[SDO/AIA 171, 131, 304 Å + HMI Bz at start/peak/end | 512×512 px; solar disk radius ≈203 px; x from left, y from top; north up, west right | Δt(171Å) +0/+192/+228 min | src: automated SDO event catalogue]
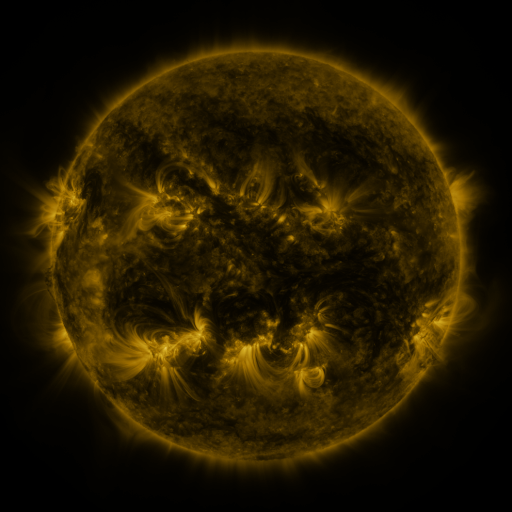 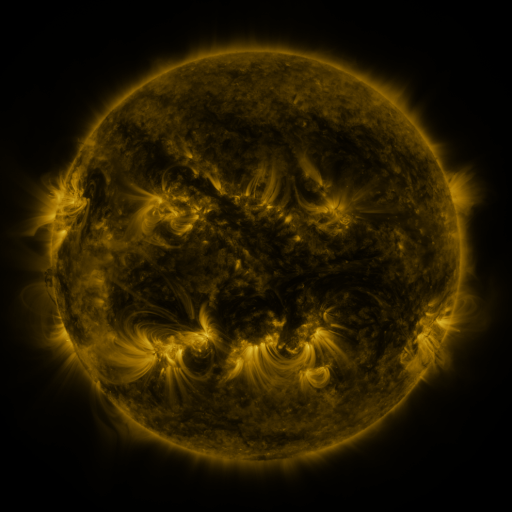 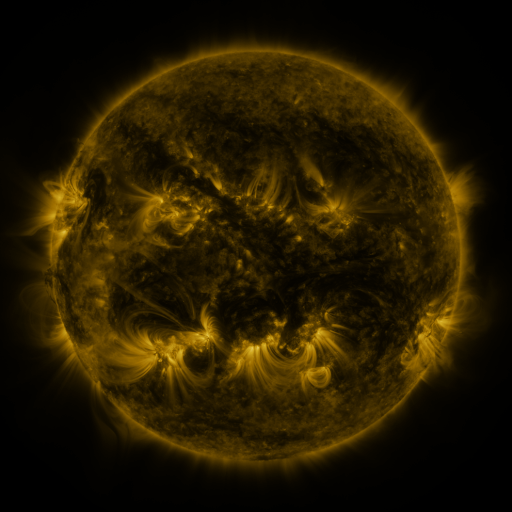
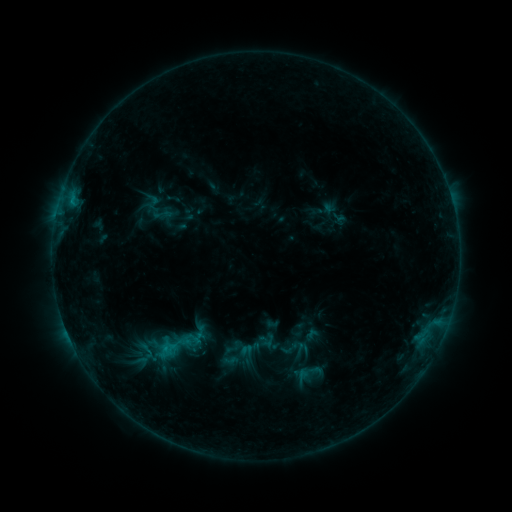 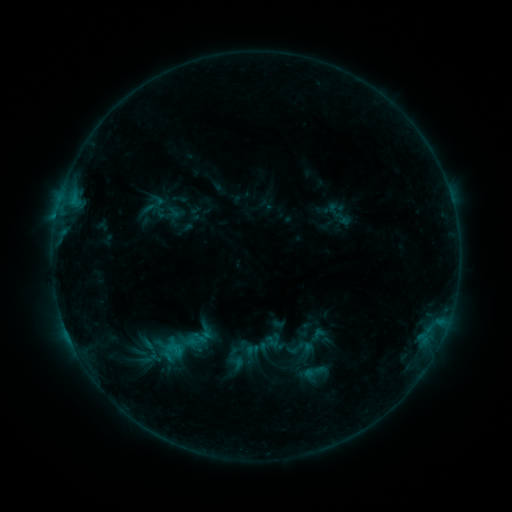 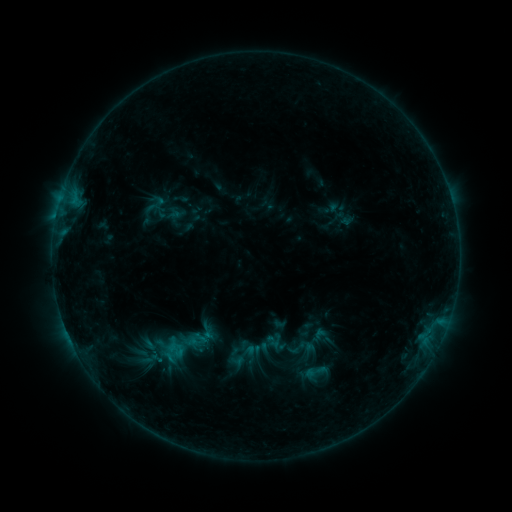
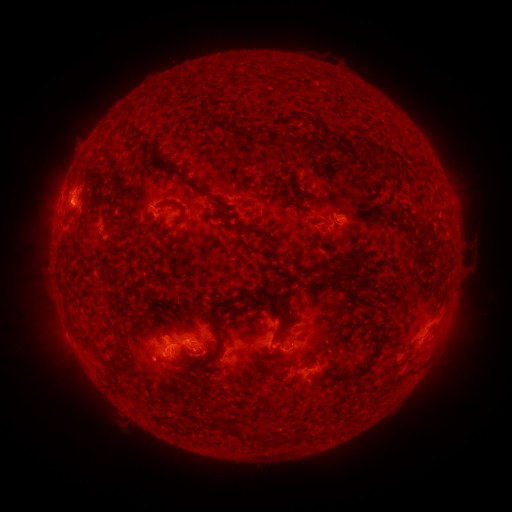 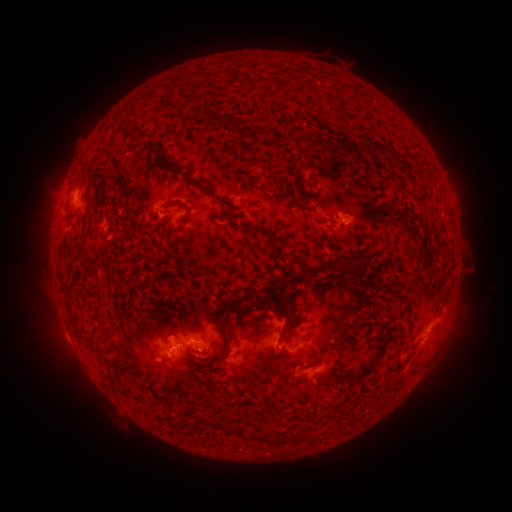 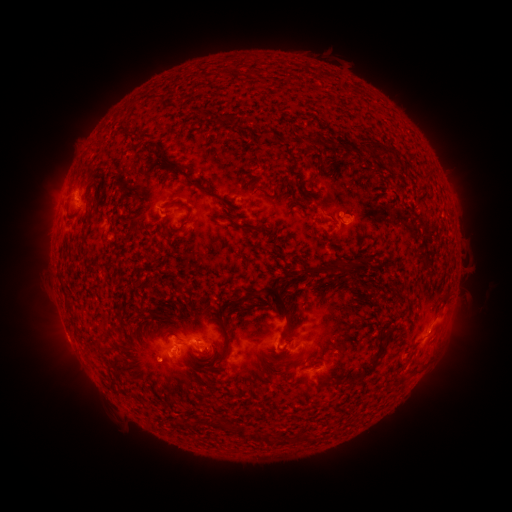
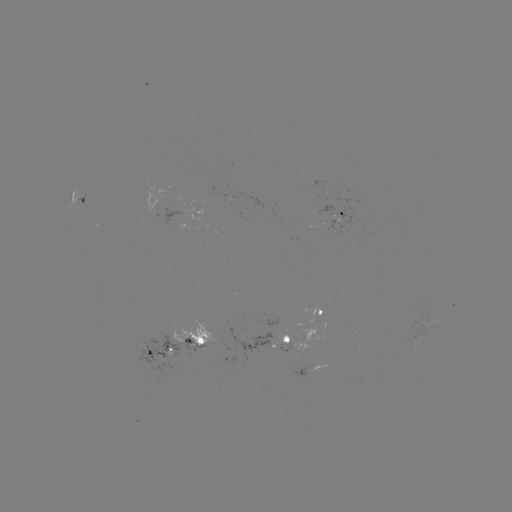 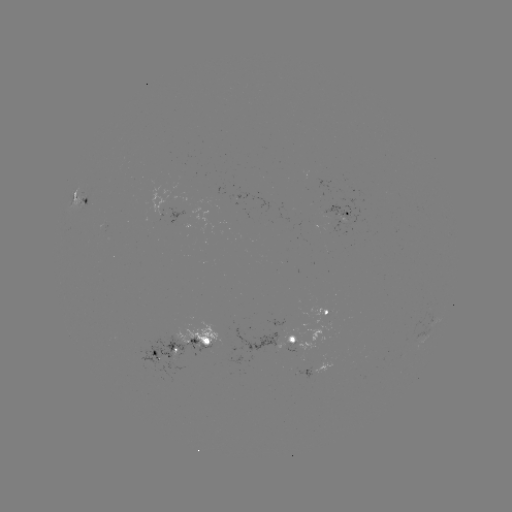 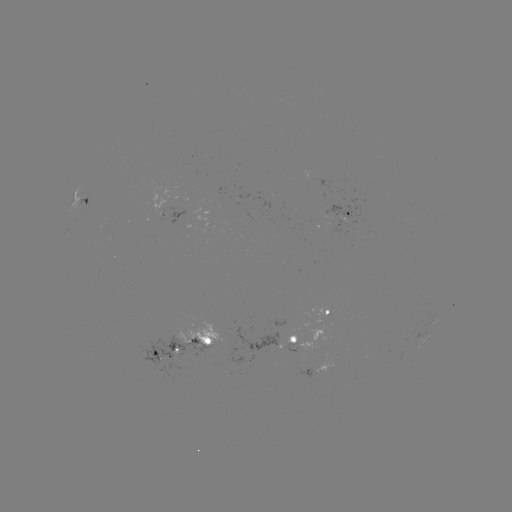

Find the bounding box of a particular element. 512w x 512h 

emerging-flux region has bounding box [170, 320, 222, 356].